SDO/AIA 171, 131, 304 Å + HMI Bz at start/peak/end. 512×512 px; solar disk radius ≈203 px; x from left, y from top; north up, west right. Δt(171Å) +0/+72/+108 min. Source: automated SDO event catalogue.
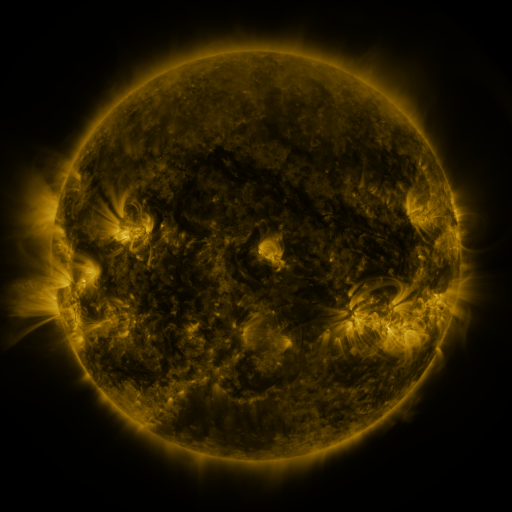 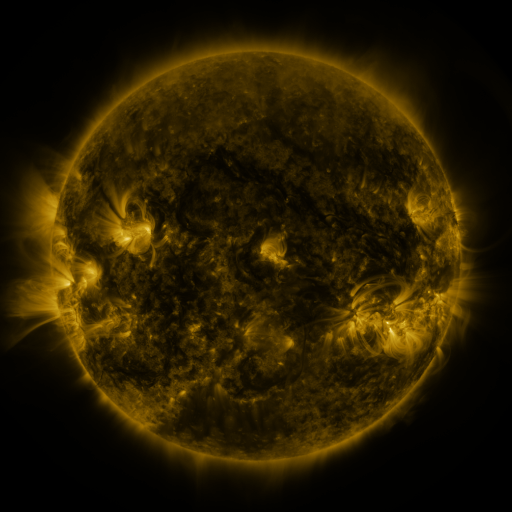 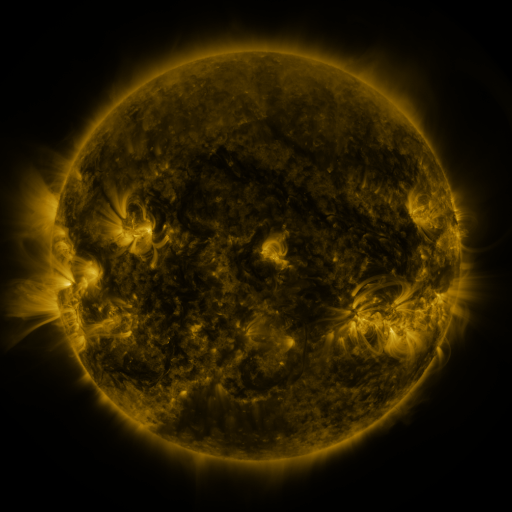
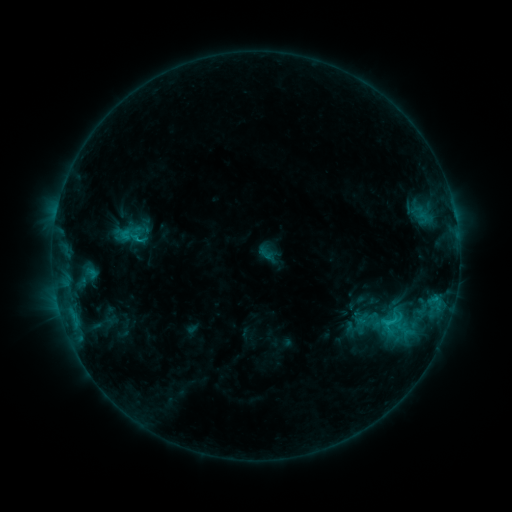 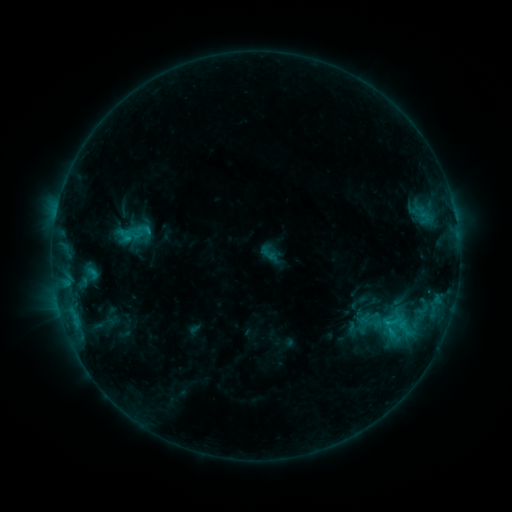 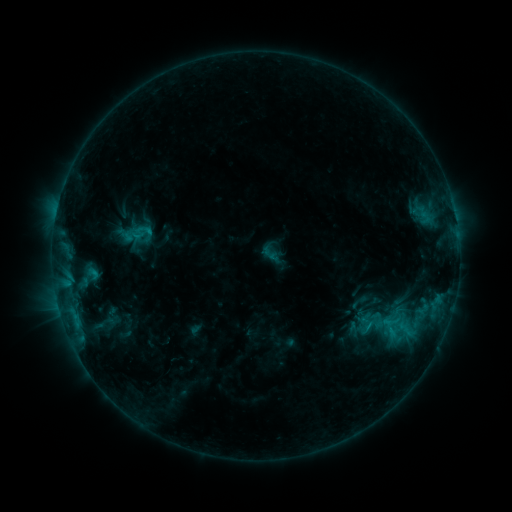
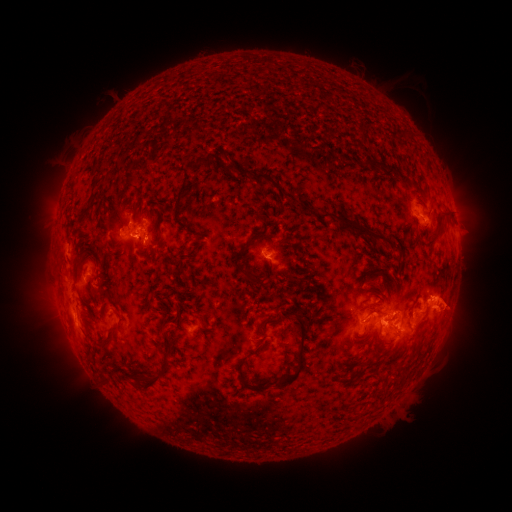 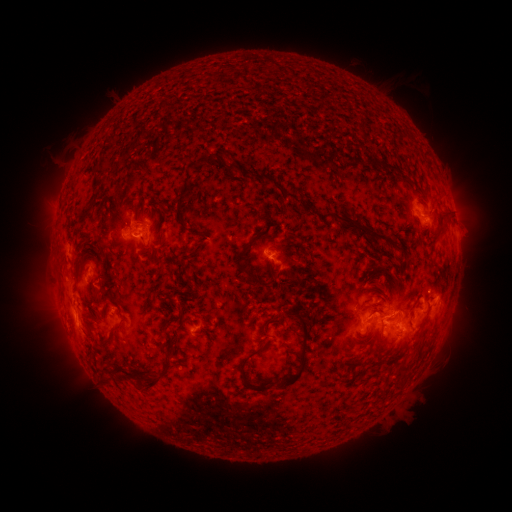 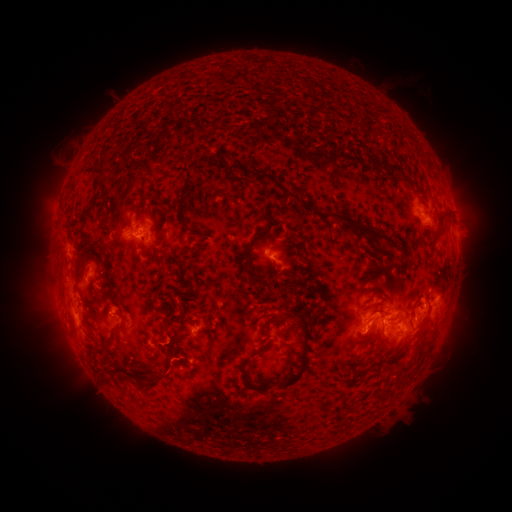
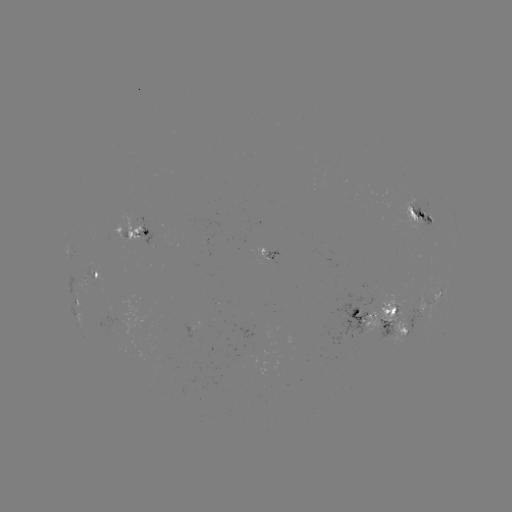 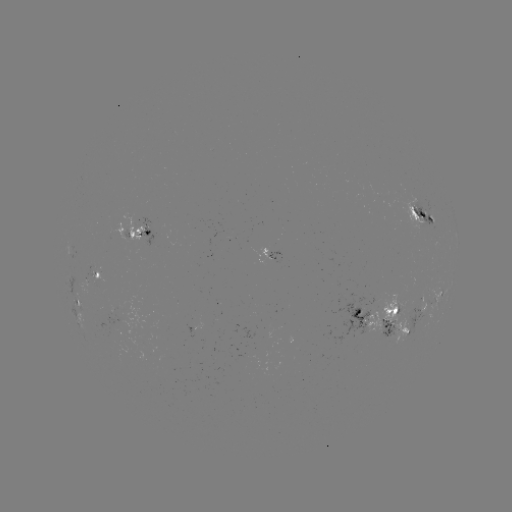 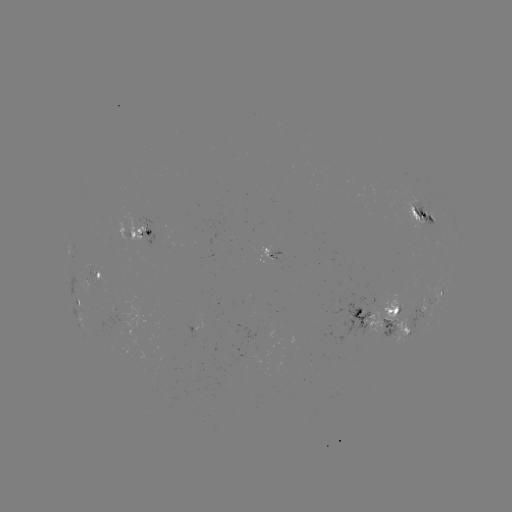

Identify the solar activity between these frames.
emerging-flux region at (90, 285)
